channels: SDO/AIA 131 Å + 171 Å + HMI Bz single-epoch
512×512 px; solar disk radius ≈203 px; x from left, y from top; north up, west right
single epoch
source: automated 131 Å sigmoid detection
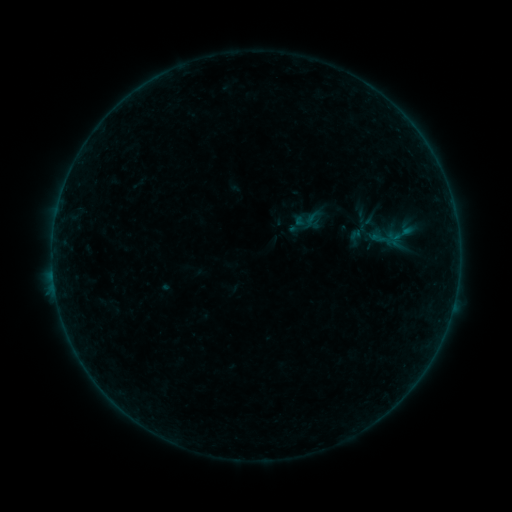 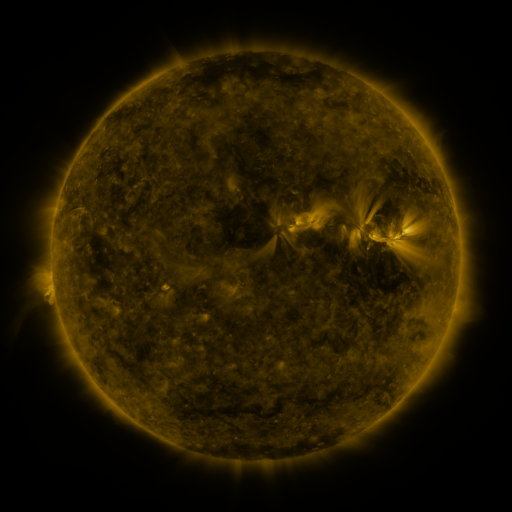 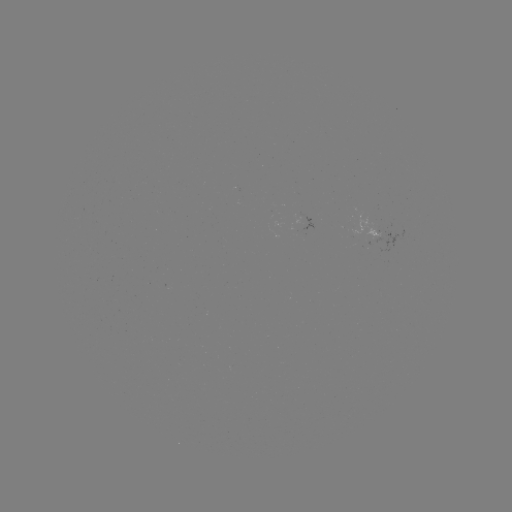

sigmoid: [293, 211, 316, 232]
